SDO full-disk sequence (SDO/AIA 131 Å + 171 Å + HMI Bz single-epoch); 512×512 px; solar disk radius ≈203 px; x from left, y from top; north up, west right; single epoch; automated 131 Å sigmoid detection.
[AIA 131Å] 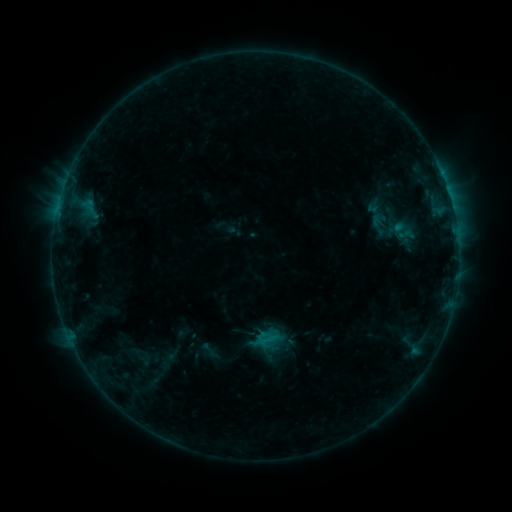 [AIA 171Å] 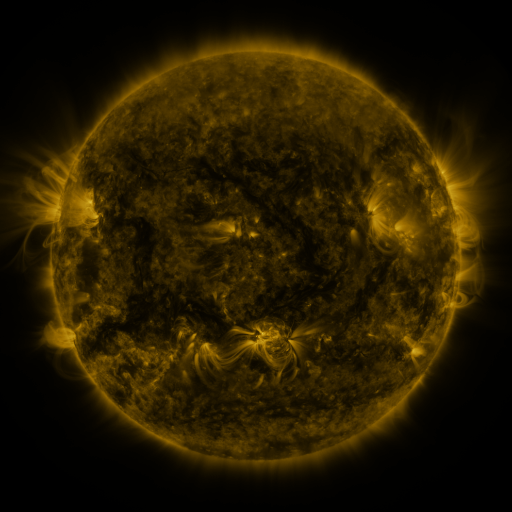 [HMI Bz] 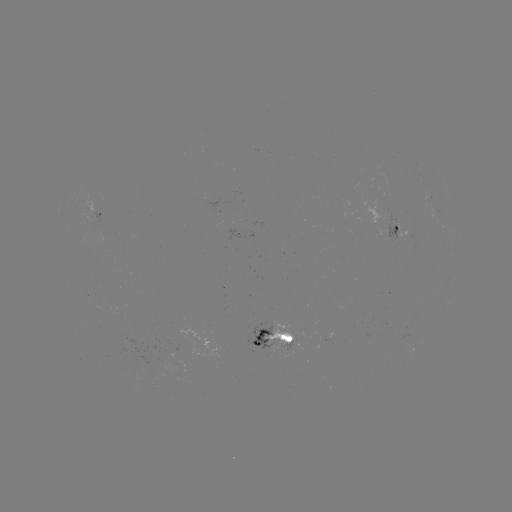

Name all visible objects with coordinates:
sigmoid: <bbox>393, 224, 415, 242</bbox>
sigmoid: <bbox>197, 340, 219, 359</bbox>
